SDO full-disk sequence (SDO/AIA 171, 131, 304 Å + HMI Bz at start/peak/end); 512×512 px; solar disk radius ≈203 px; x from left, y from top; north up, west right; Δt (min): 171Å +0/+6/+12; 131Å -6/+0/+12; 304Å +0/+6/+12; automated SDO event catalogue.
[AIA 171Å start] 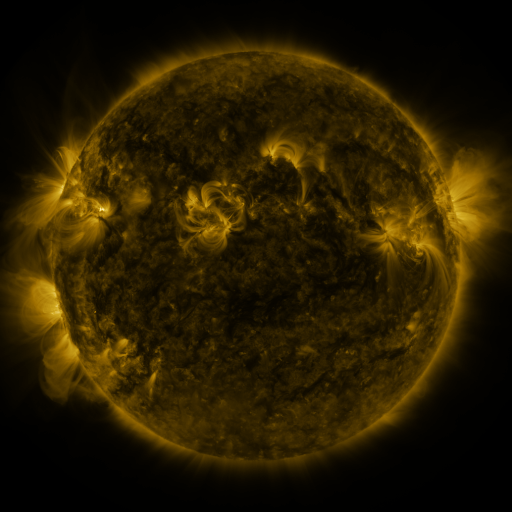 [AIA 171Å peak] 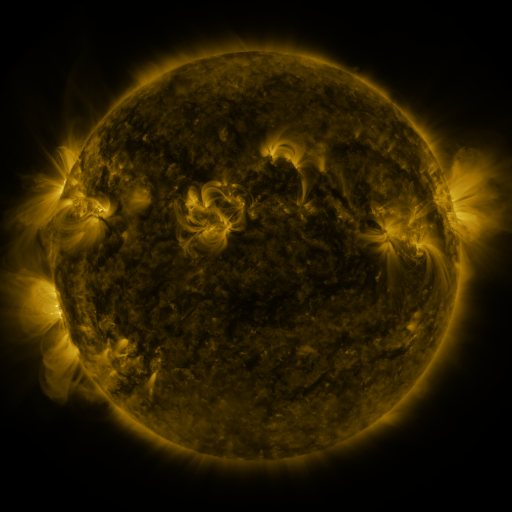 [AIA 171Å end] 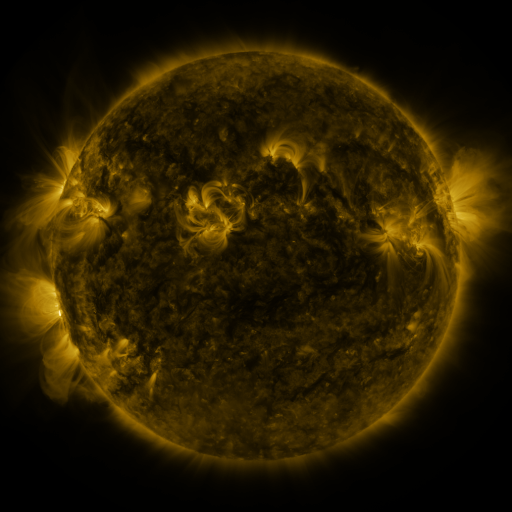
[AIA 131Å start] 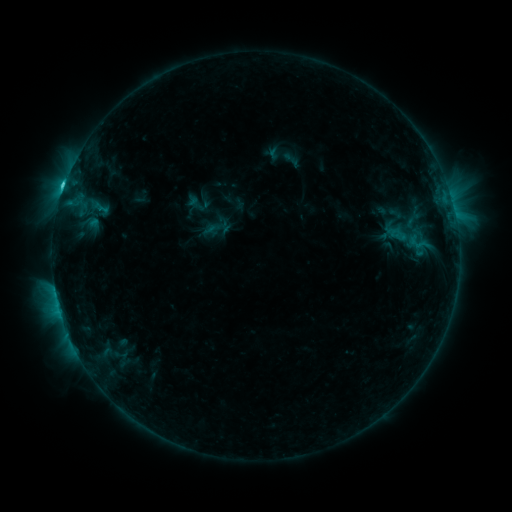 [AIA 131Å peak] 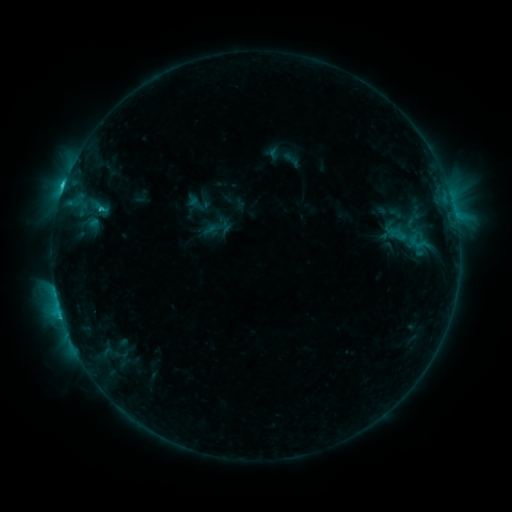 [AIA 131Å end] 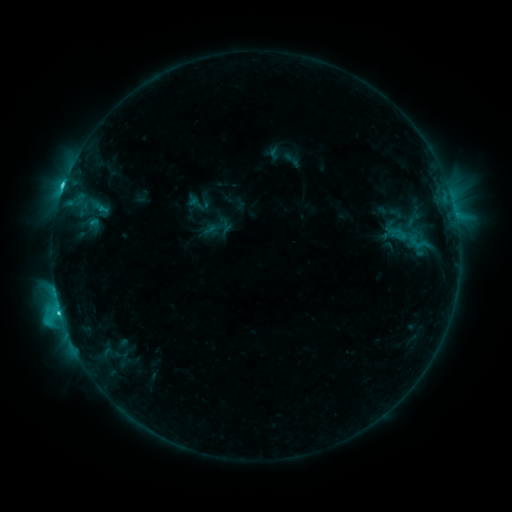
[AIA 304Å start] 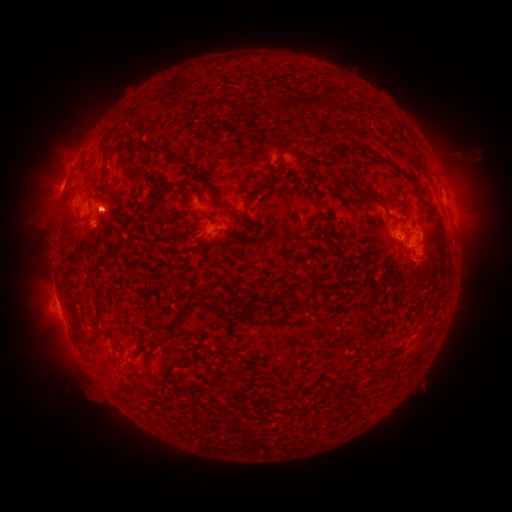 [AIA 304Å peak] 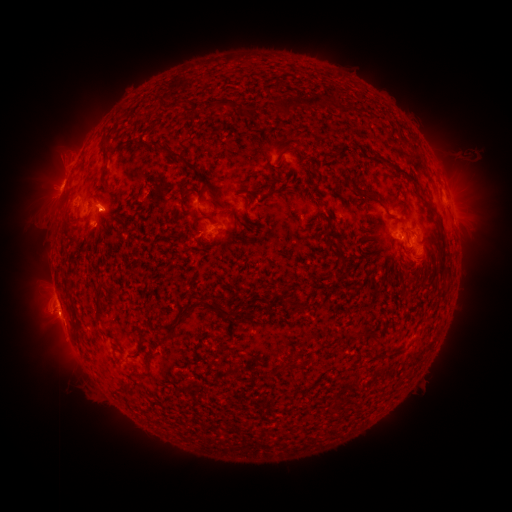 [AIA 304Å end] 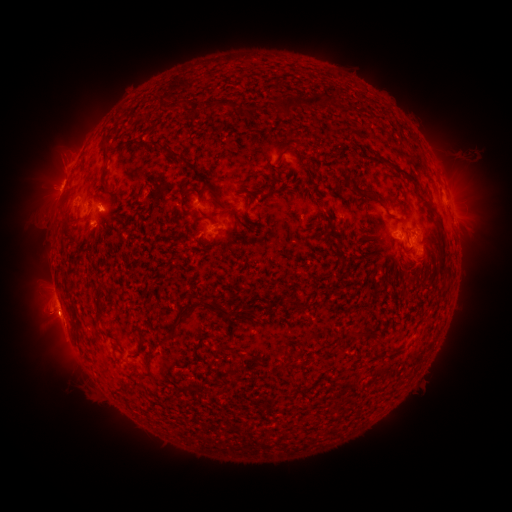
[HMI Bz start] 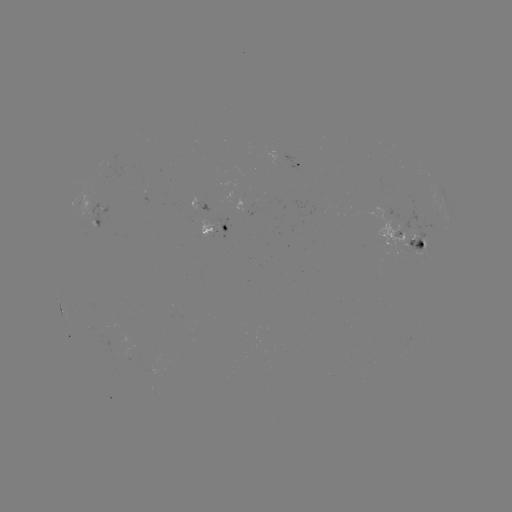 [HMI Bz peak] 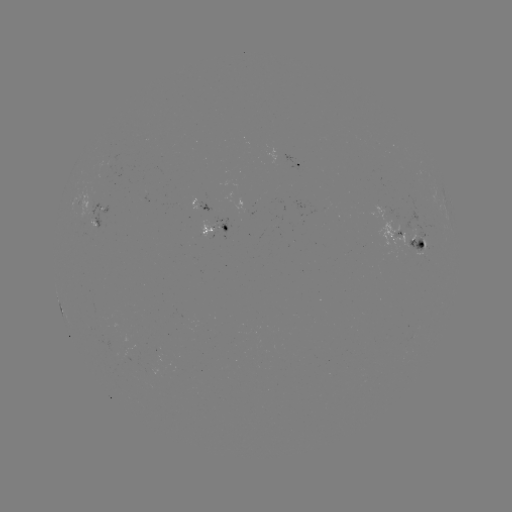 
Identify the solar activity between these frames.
C5.2 flare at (60, 312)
